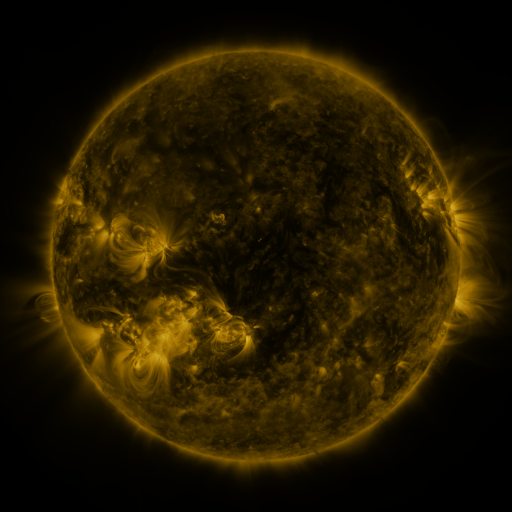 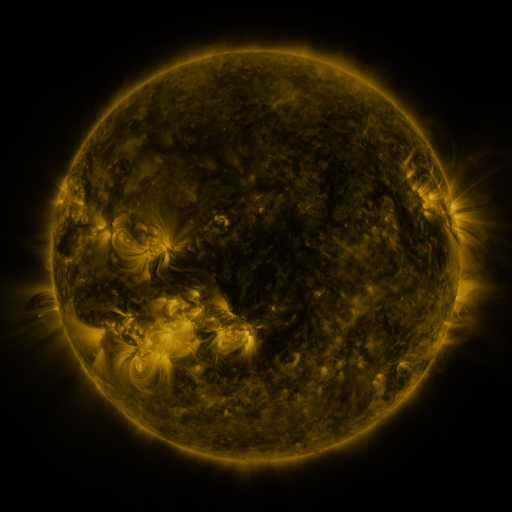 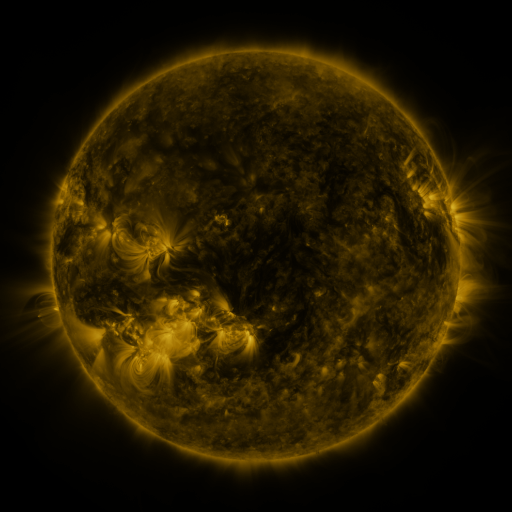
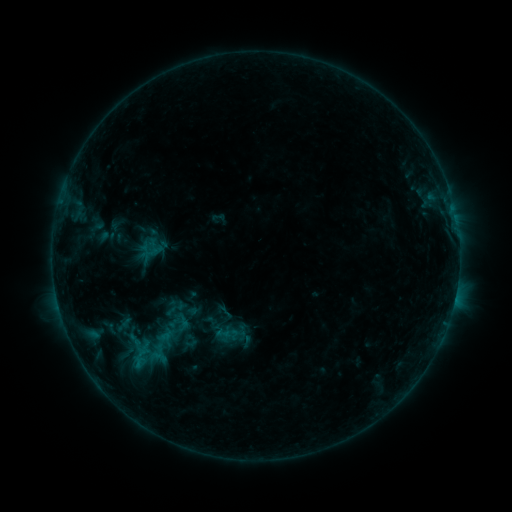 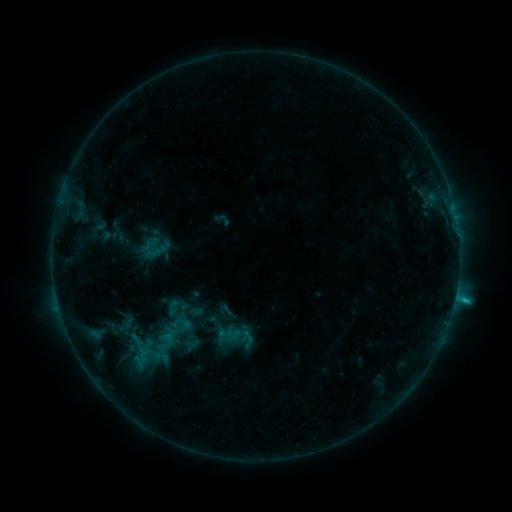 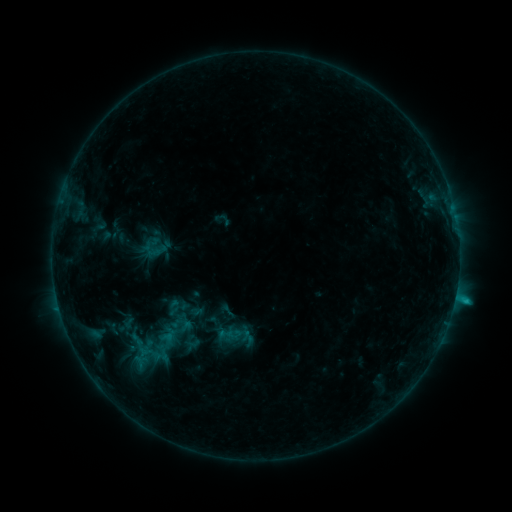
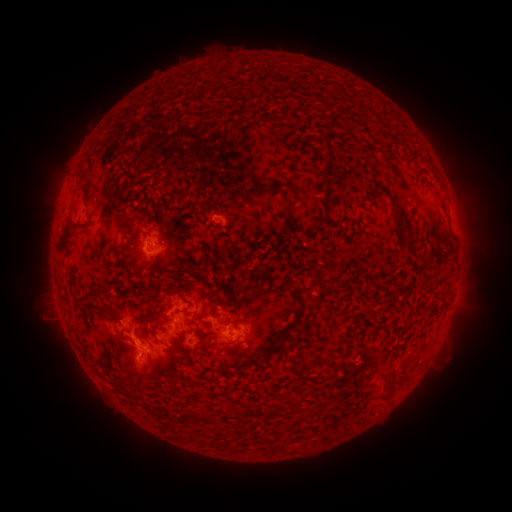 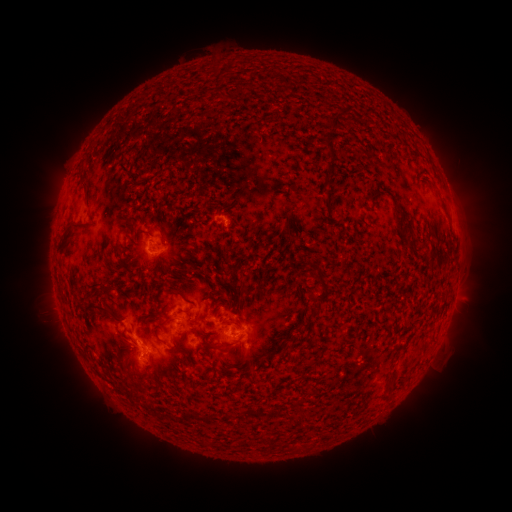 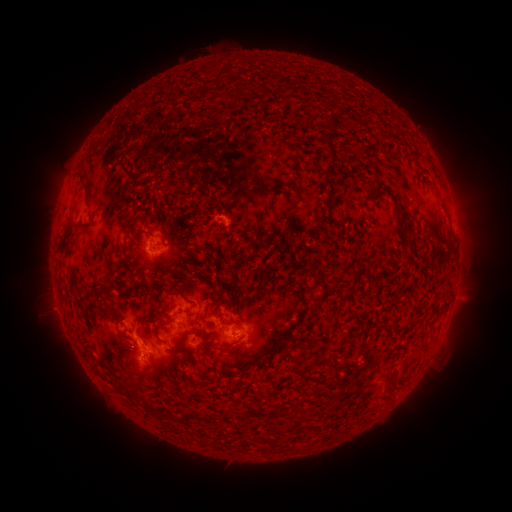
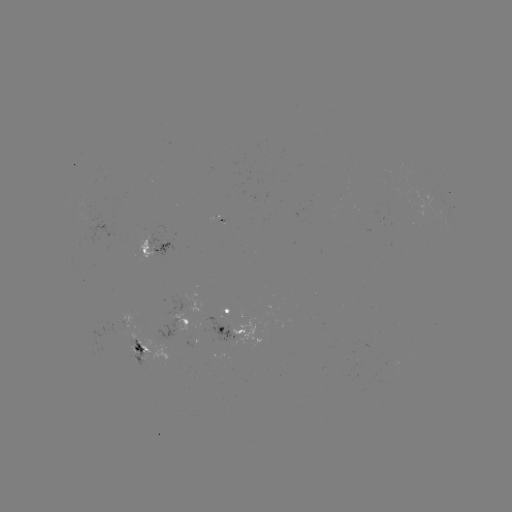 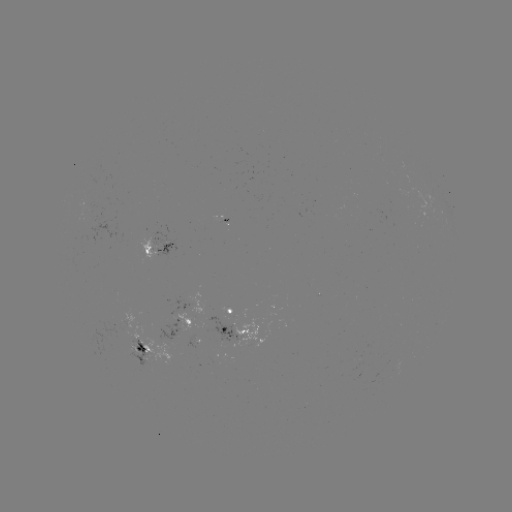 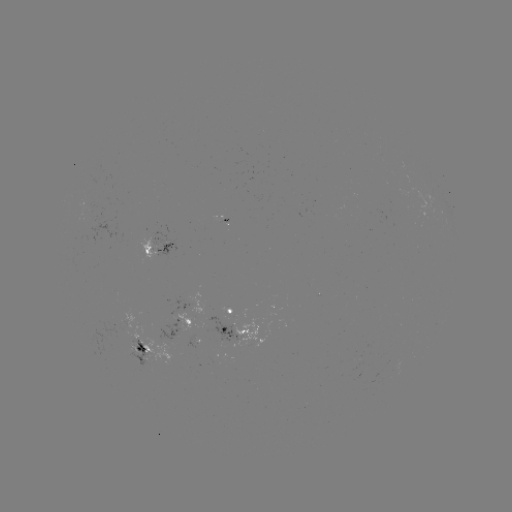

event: emerging-flux region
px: (222, 336)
